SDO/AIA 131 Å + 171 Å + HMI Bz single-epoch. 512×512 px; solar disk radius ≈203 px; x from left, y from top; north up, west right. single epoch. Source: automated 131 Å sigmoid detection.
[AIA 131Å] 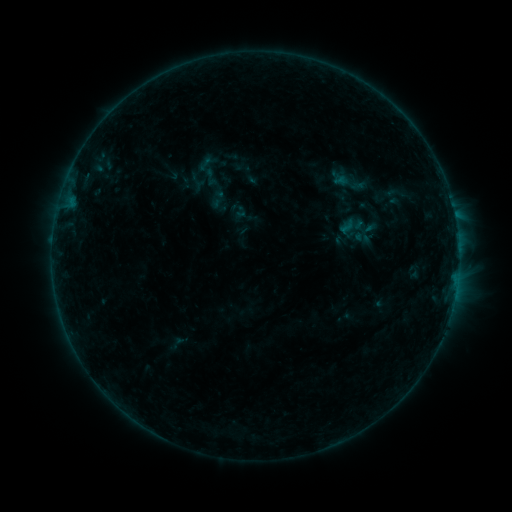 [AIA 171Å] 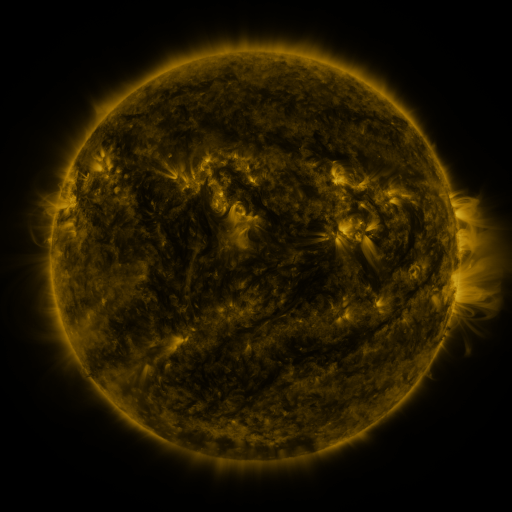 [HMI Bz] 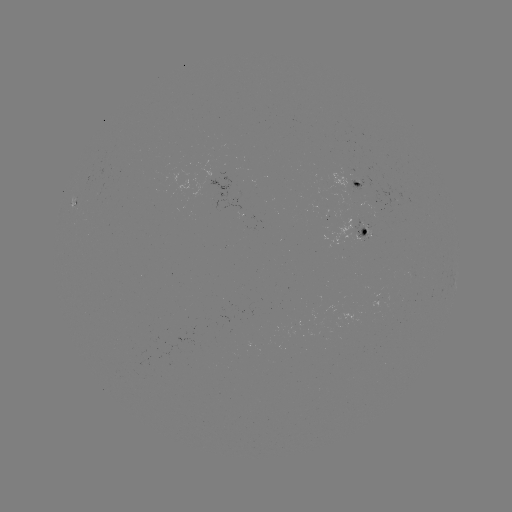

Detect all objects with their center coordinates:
sigmoid: (201, 167, 220, 187)
sigmoid: (335, 211, 367, 244)
